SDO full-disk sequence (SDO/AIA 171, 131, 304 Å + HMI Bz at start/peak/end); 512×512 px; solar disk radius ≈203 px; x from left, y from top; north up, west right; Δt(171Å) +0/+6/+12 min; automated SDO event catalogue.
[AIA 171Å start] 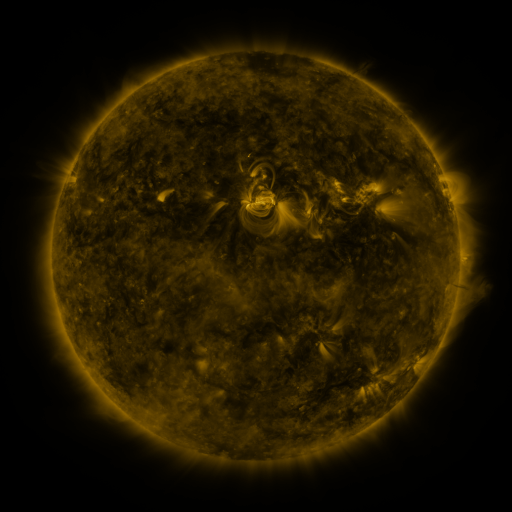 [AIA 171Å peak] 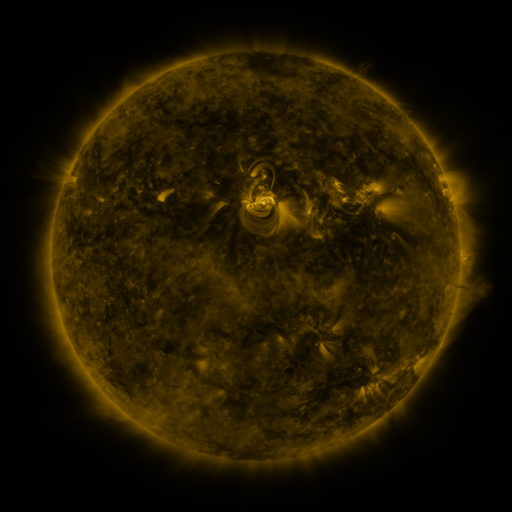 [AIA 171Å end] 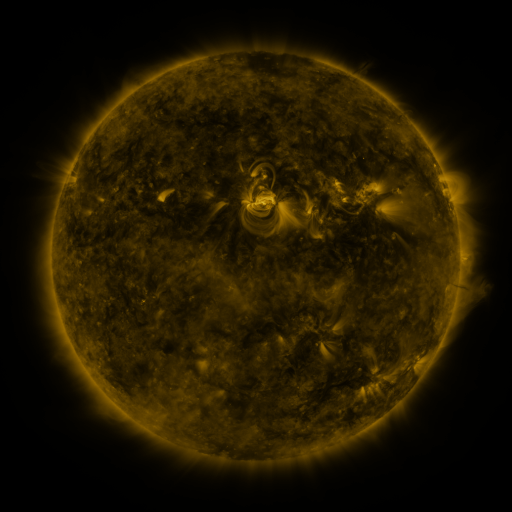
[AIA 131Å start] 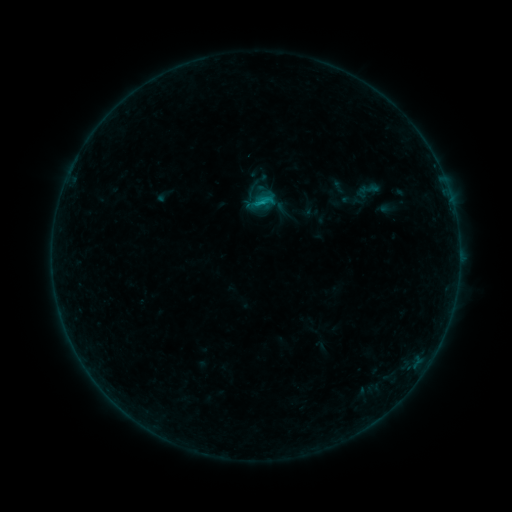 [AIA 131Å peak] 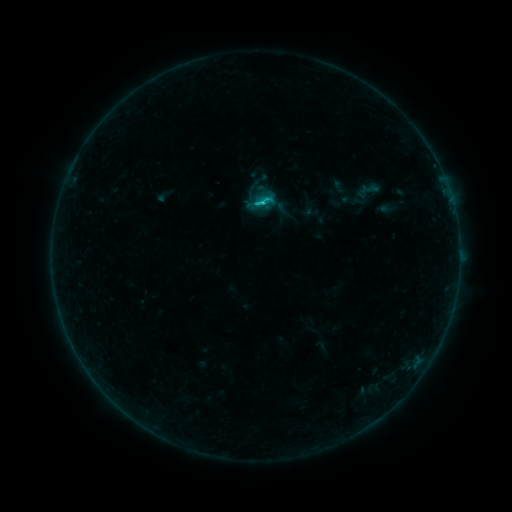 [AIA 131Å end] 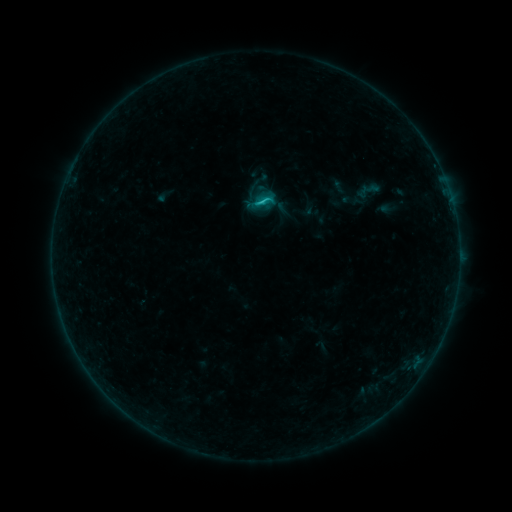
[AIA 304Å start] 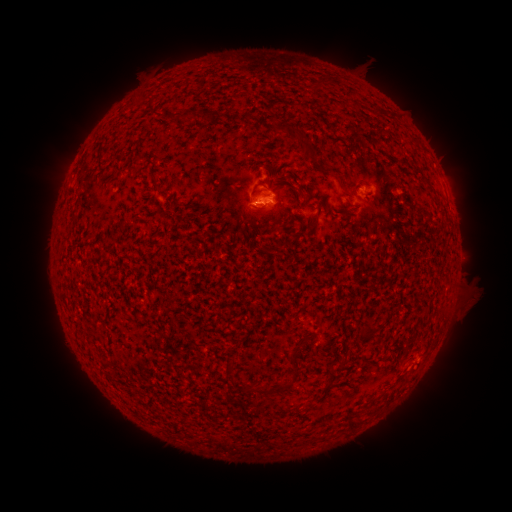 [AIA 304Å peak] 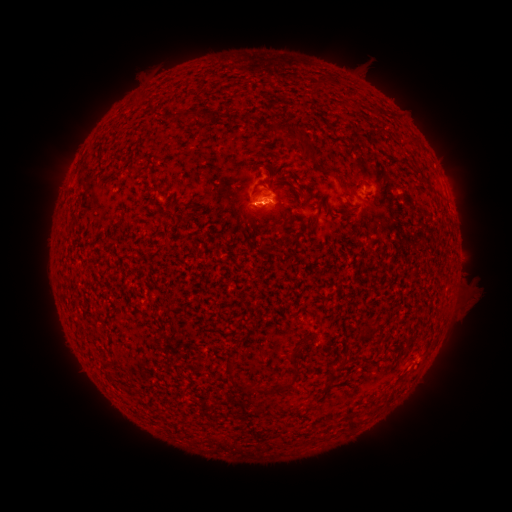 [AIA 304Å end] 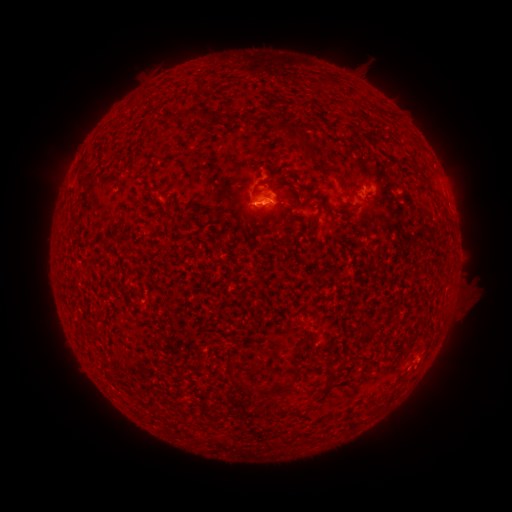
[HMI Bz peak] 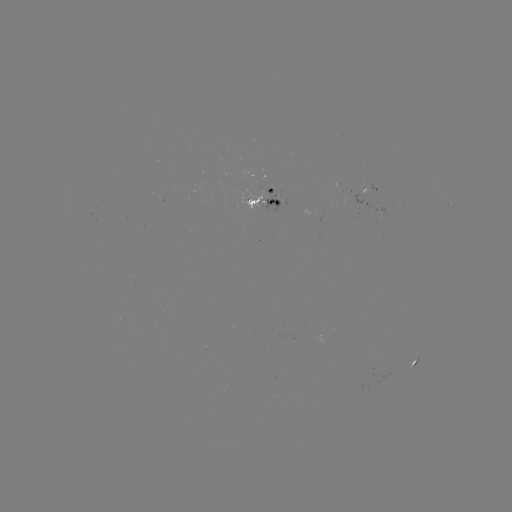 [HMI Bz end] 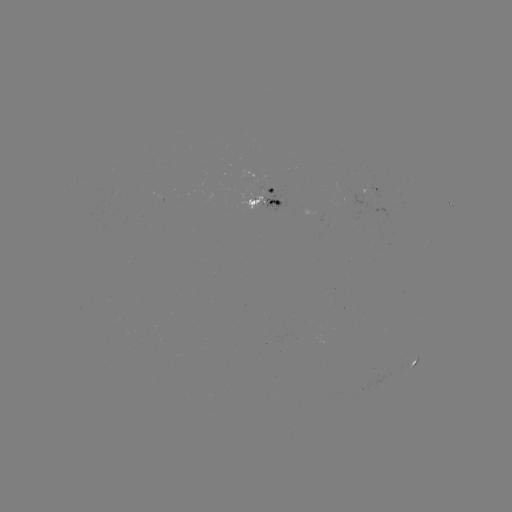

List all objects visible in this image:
C1.1 flare: (262, 206)
